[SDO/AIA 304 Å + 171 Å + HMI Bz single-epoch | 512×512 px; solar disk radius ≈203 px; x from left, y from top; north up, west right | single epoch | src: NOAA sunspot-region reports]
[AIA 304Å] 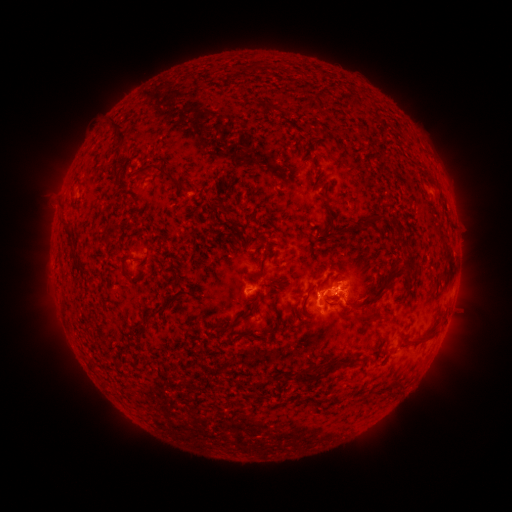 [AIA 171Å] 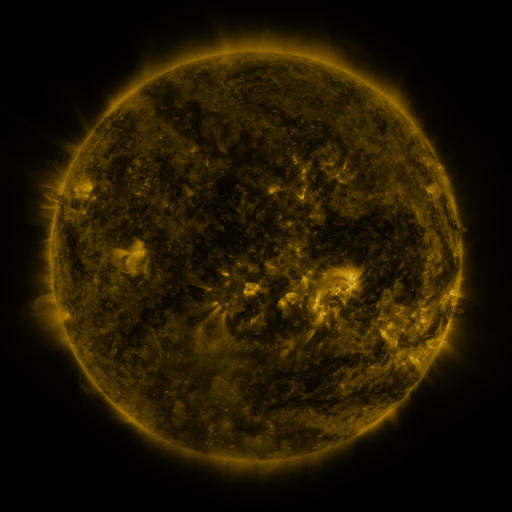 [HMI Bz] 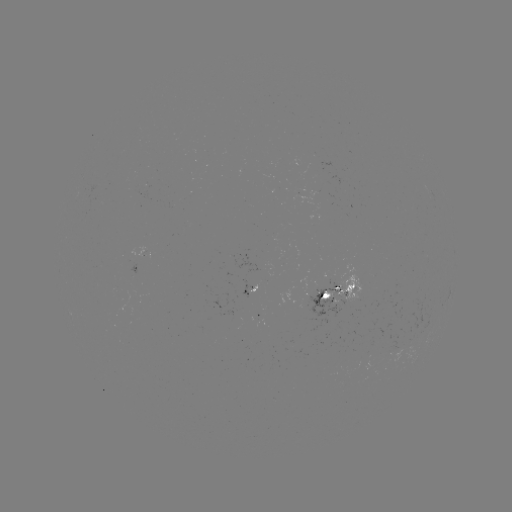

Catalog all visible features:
spotted active region: (148, 252)
spotted active region: (256, 287)
spotted active region: (338, 293)
